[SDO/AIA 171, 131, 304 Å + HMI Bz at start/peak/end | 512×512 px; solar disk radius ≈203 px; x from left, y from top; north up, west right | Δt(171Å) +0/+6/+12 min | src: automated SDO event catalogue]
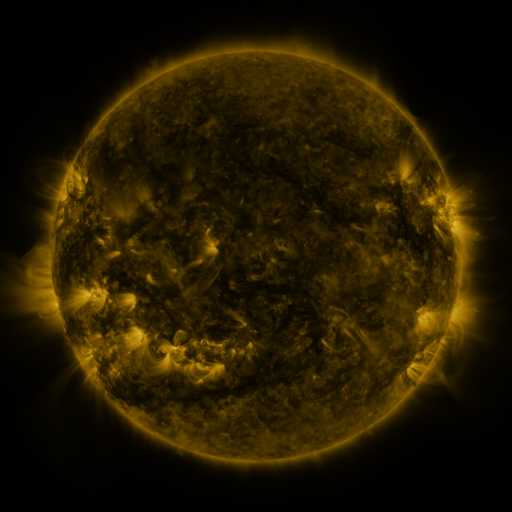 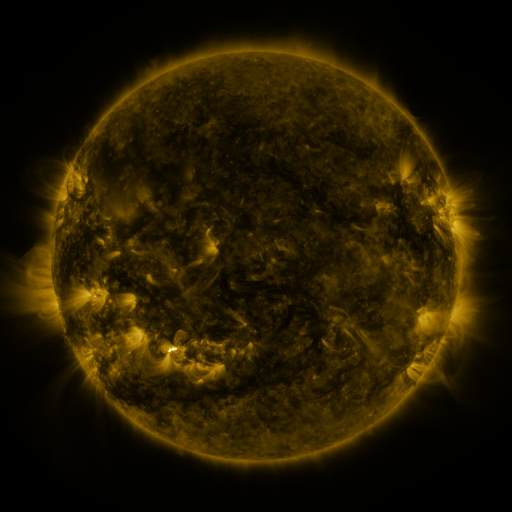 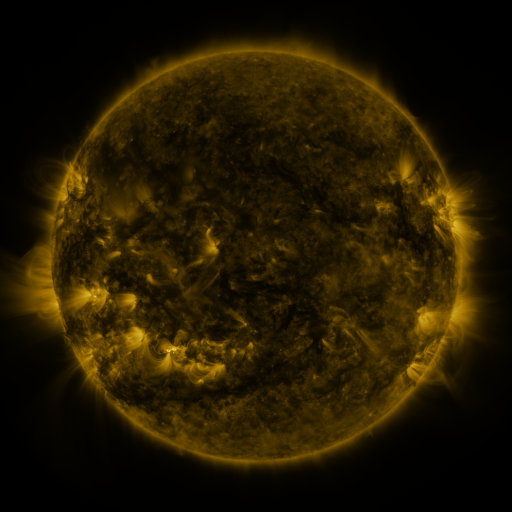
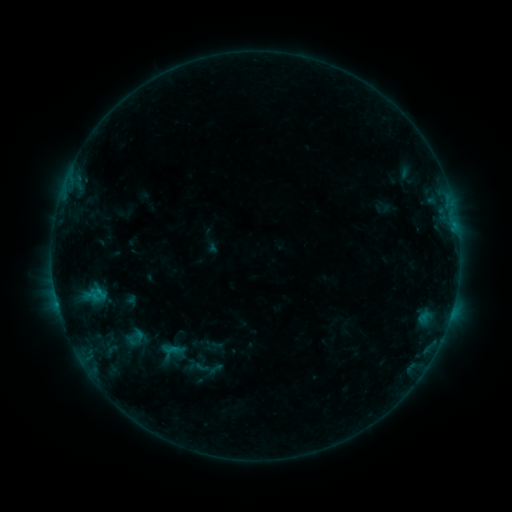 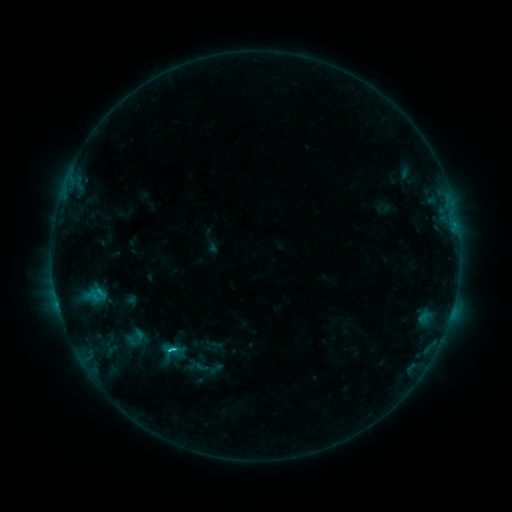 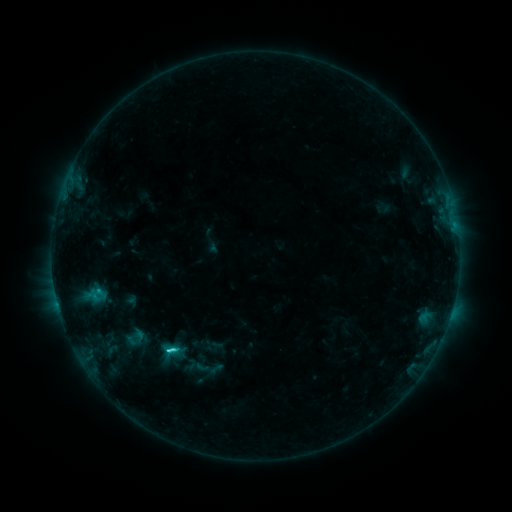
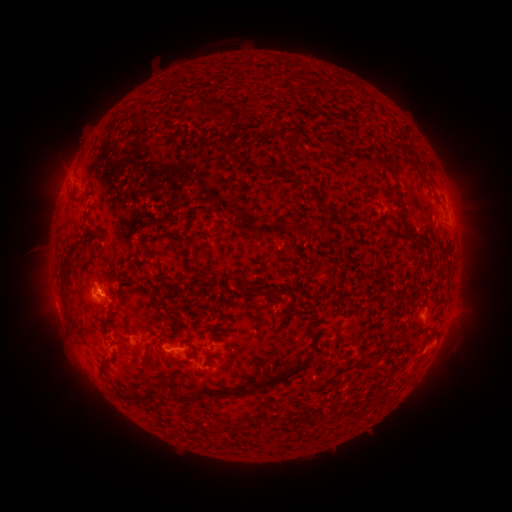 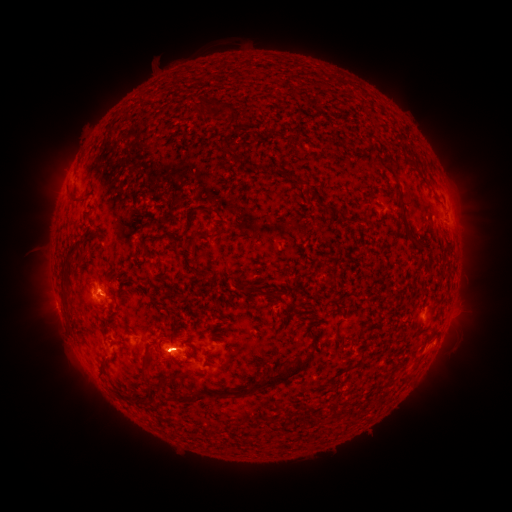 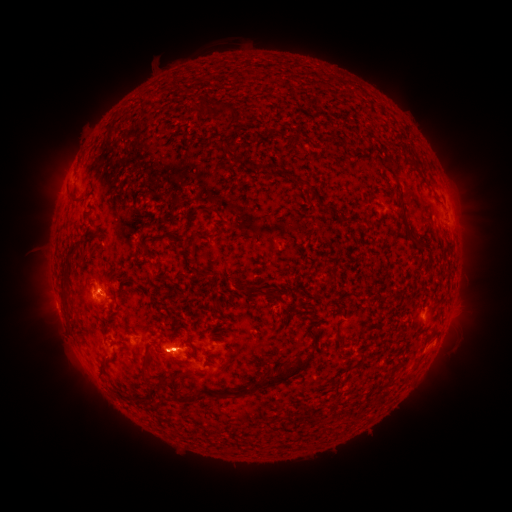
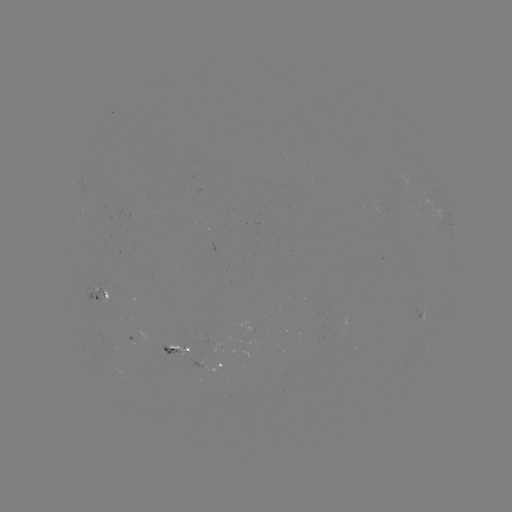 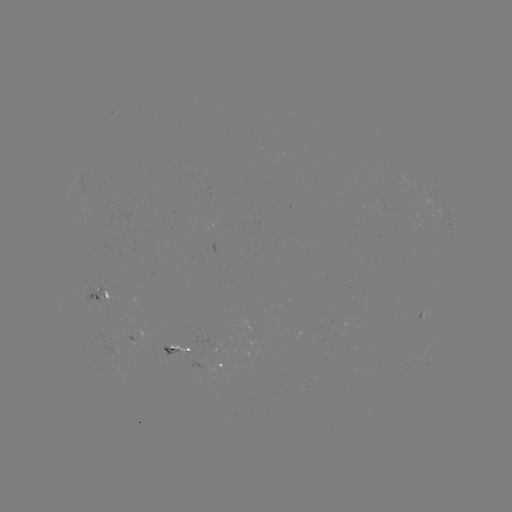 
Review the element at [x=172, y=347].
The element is C2.1 flare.